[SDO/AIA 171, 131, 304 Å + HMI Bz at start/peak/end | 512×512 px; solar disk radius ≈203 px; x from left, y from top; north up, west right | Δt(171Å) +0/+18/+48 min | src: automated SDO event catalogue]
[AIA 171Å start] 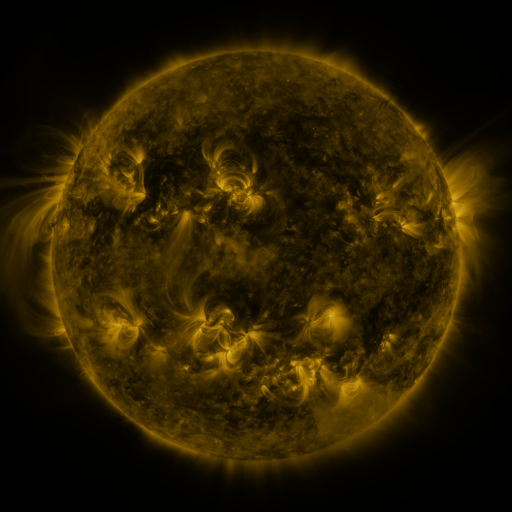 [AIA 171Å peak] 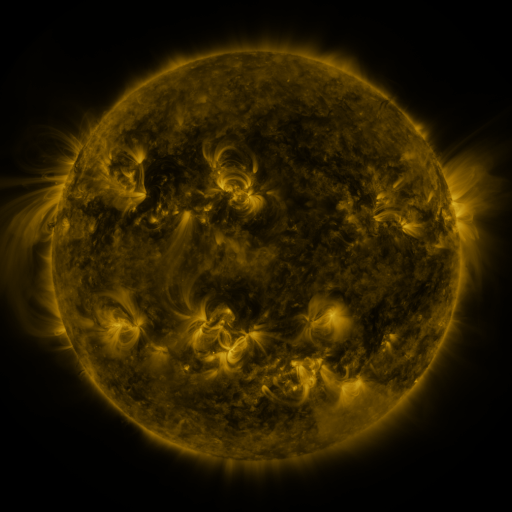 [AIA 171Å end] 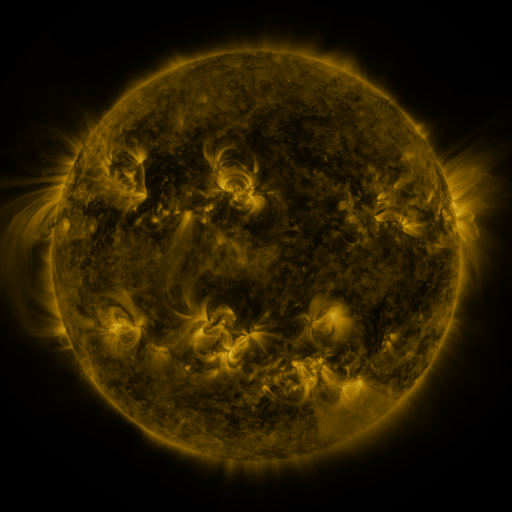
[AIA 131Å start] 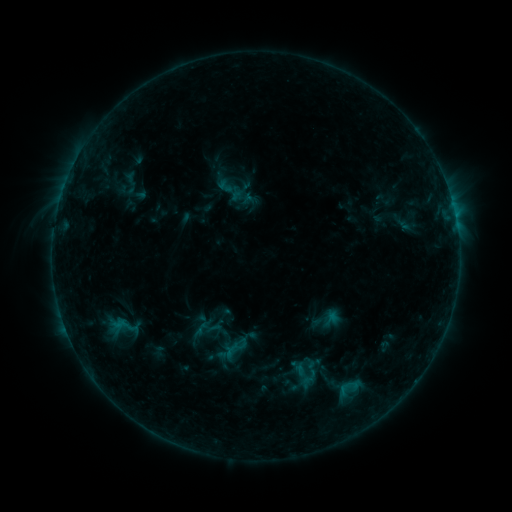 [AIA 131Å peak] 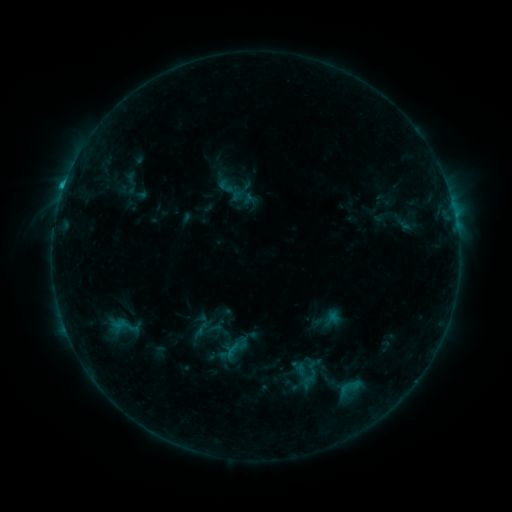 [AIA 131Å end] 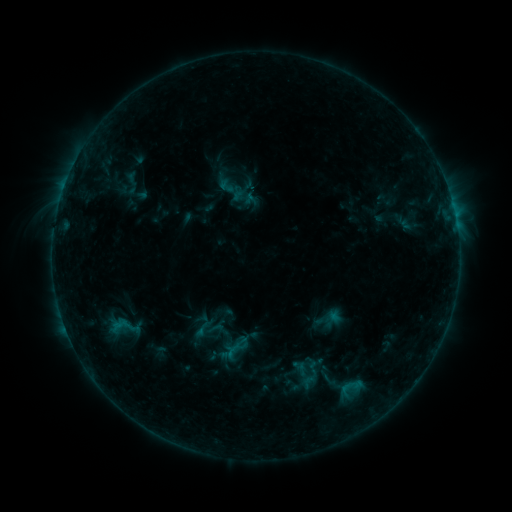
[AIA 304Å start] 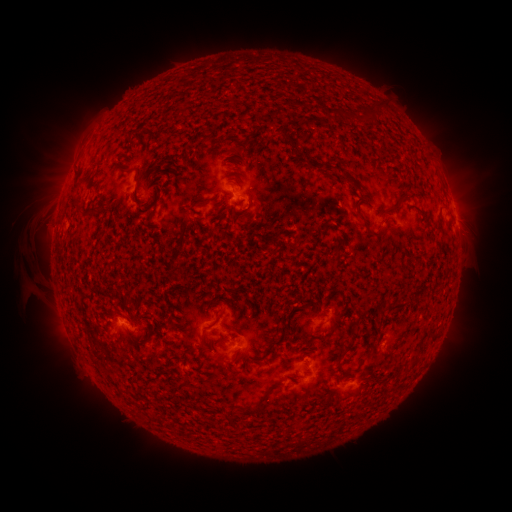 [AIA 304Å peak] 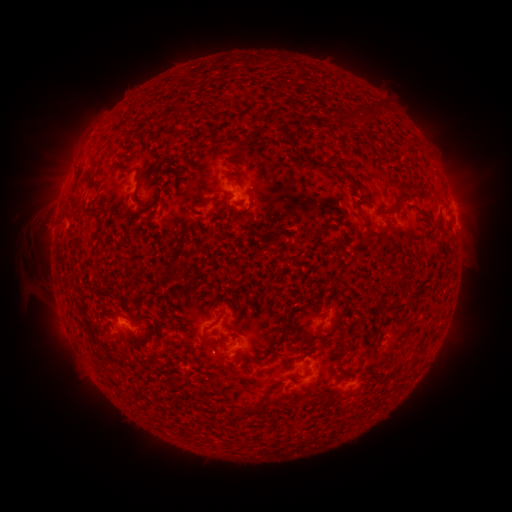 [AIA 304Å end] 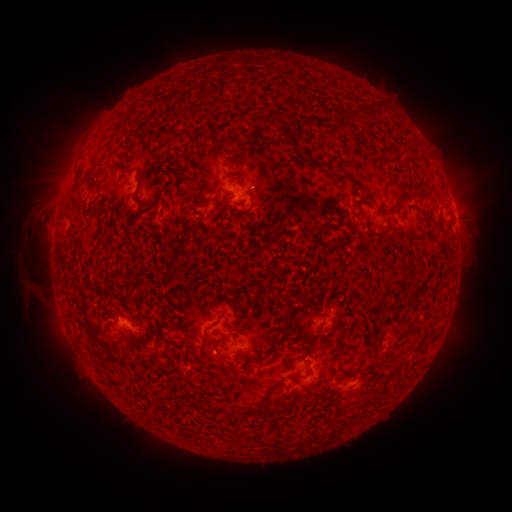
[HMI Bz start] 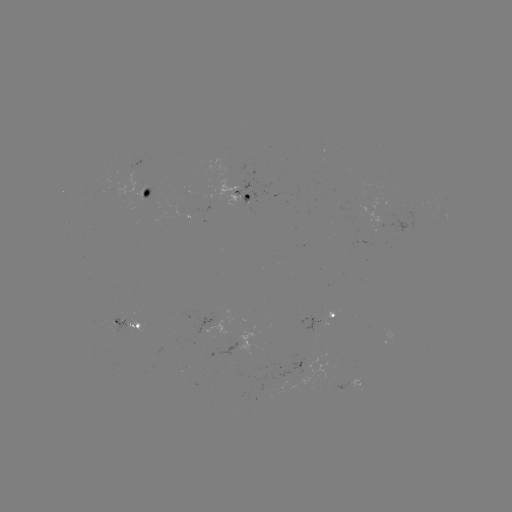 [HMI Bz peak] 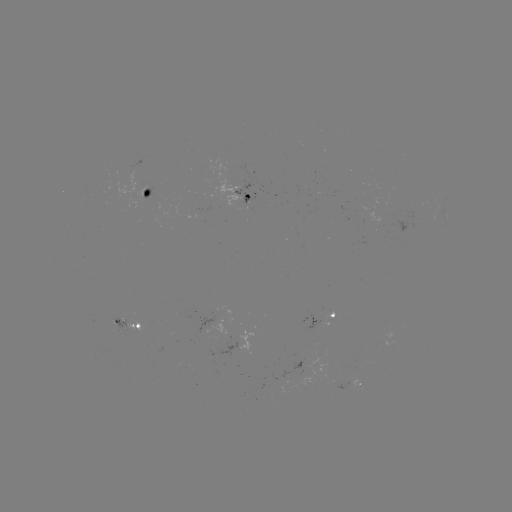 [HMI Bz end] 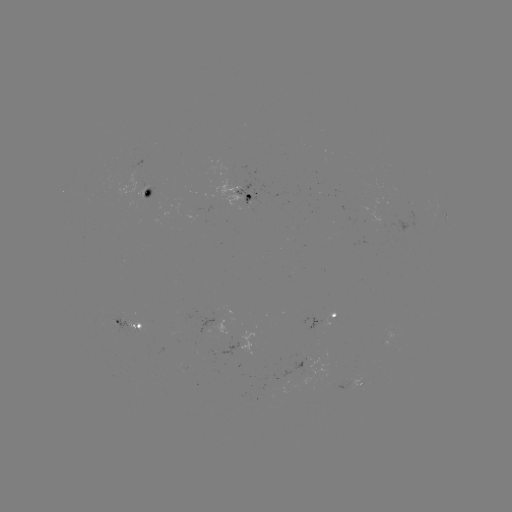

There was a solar flare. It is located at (64, 191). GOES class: B8.6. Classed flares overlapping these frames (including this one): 1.